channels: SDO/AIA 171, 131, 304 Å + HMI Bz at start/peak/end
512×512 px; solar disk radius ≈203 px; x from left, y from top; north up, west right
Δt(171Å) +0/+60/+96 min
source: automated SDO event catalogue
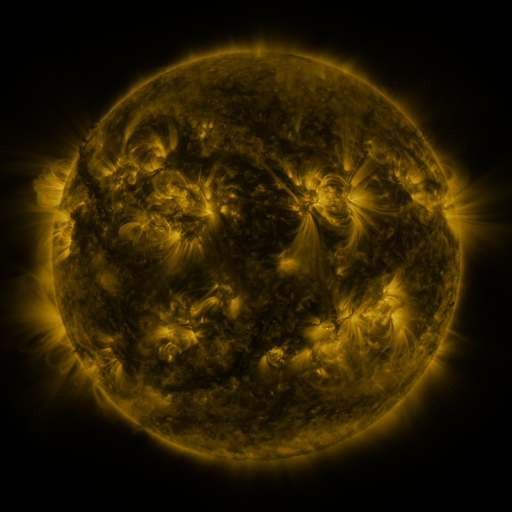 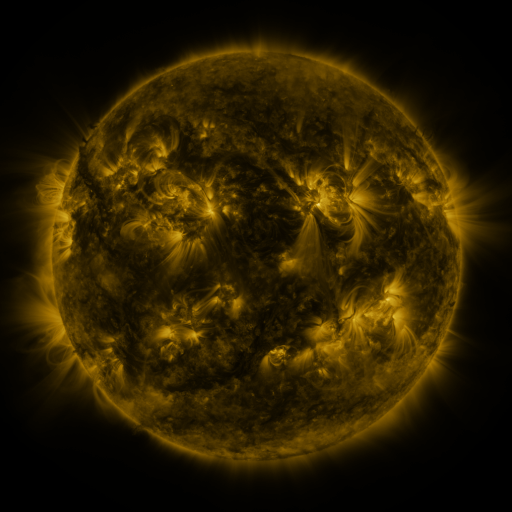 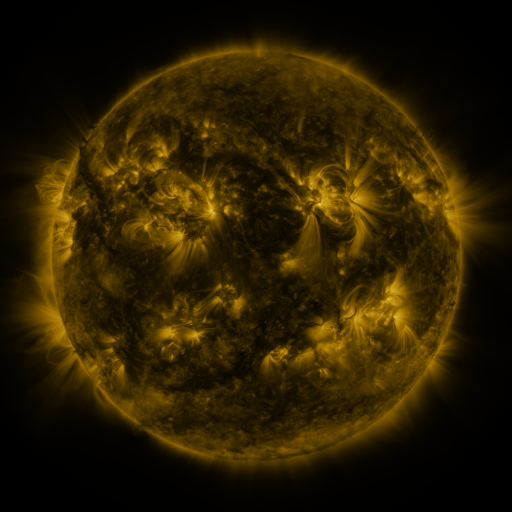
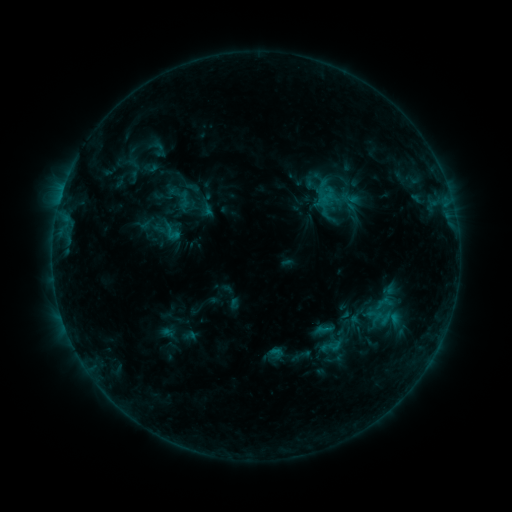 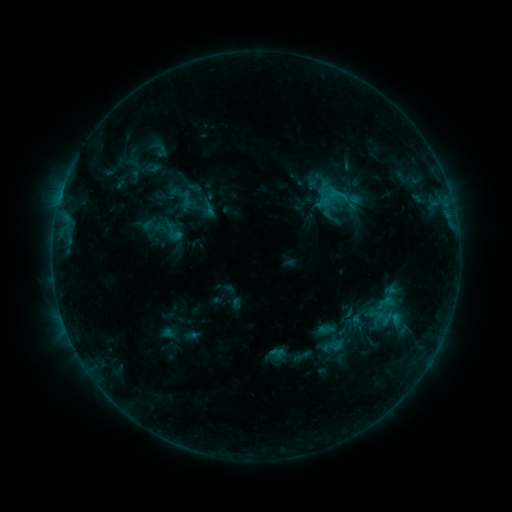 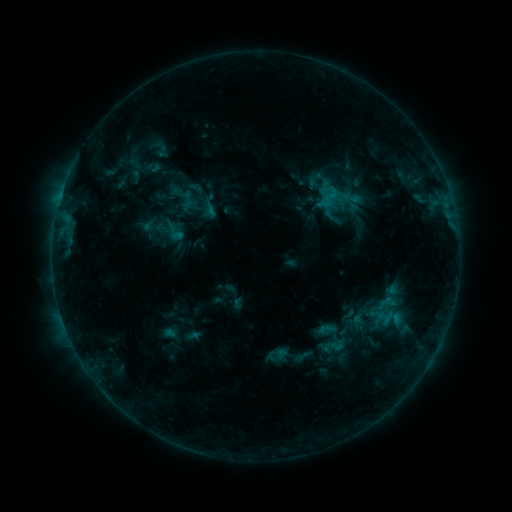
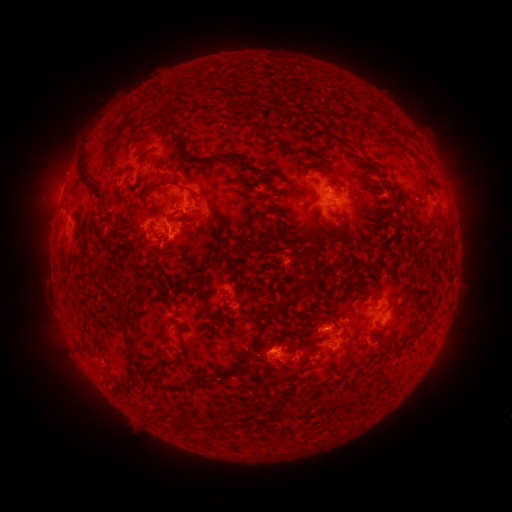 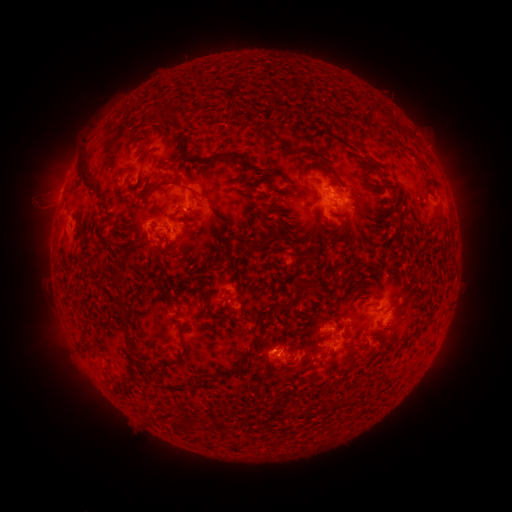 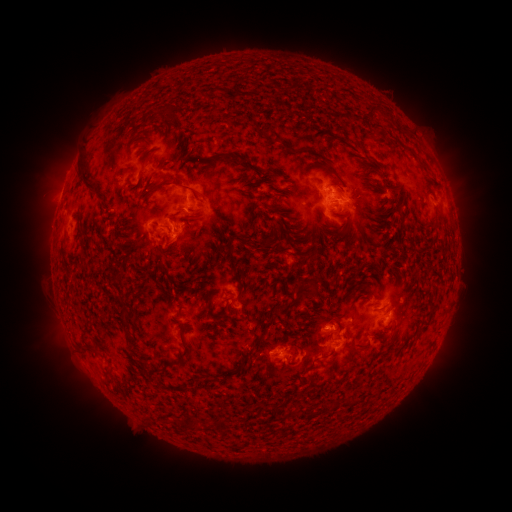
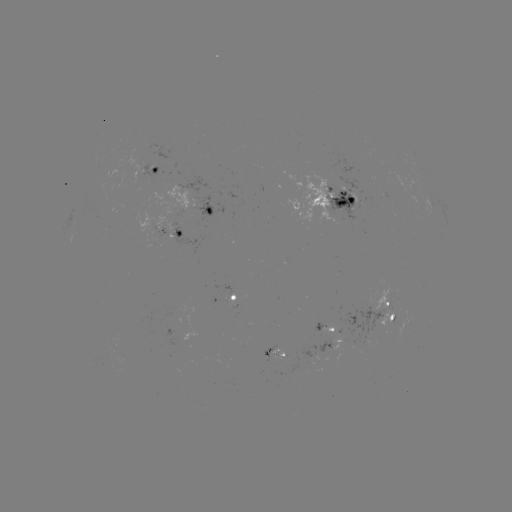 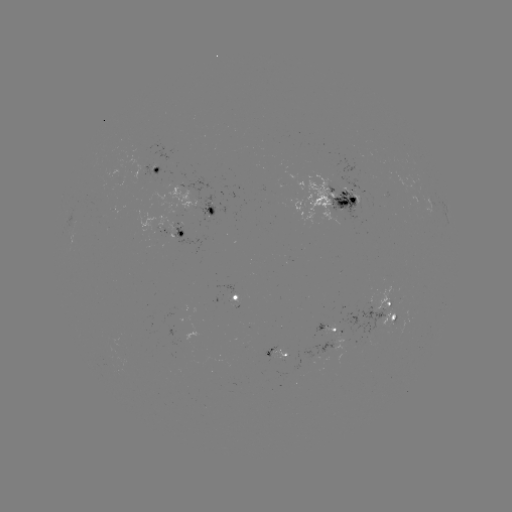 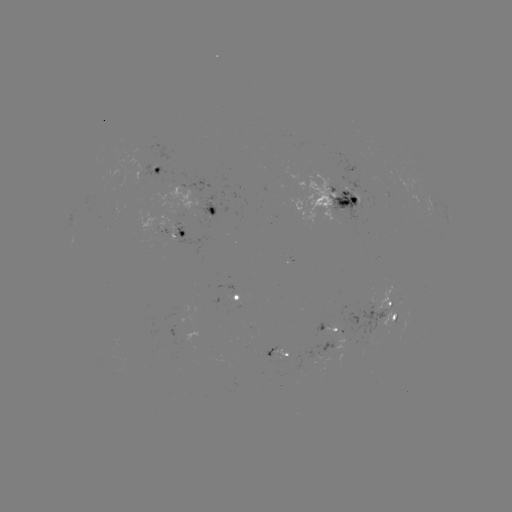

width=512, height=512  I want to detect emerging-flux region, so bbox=[355, 334, 372, 345].